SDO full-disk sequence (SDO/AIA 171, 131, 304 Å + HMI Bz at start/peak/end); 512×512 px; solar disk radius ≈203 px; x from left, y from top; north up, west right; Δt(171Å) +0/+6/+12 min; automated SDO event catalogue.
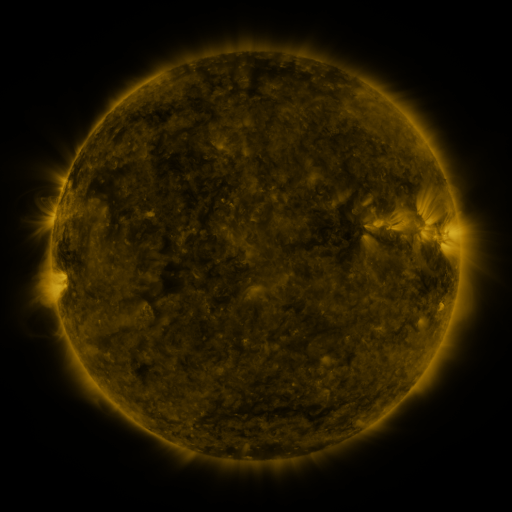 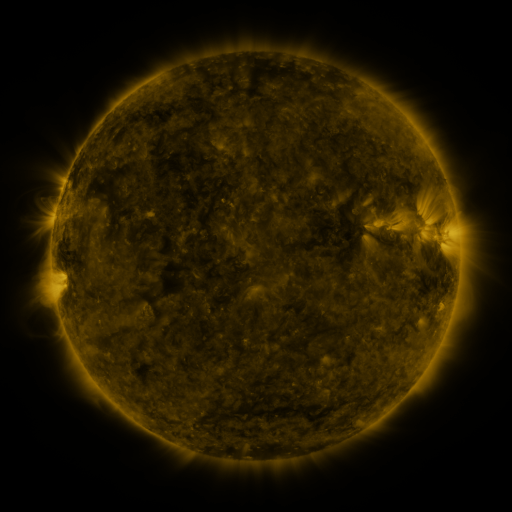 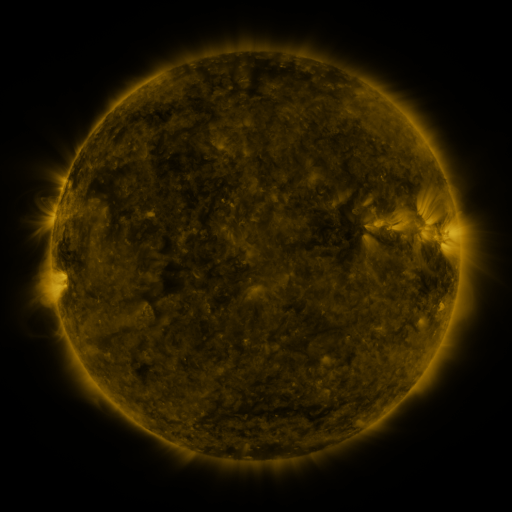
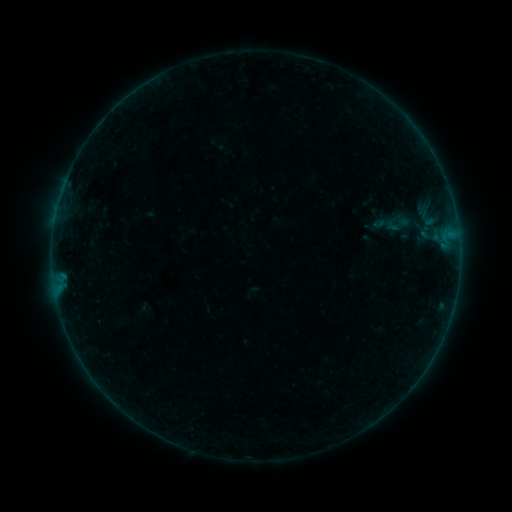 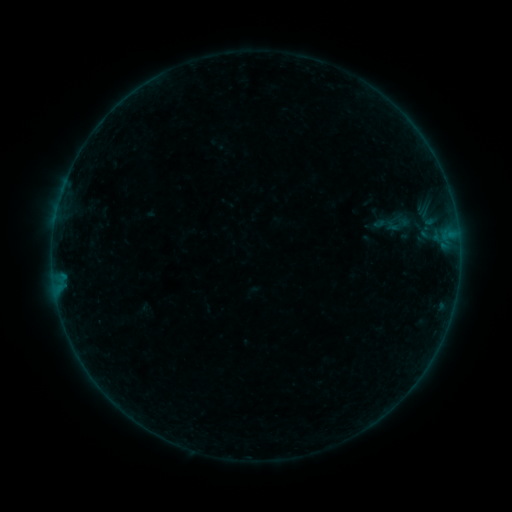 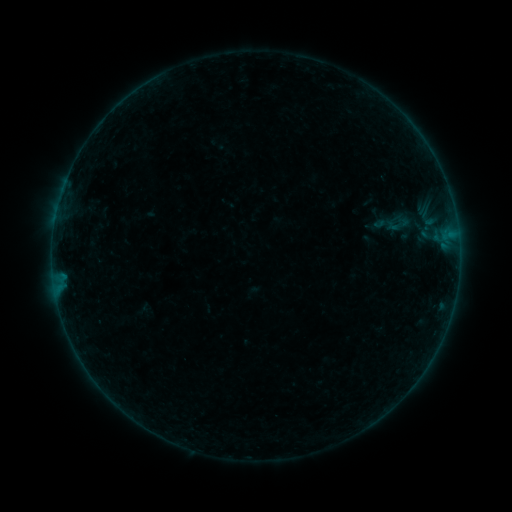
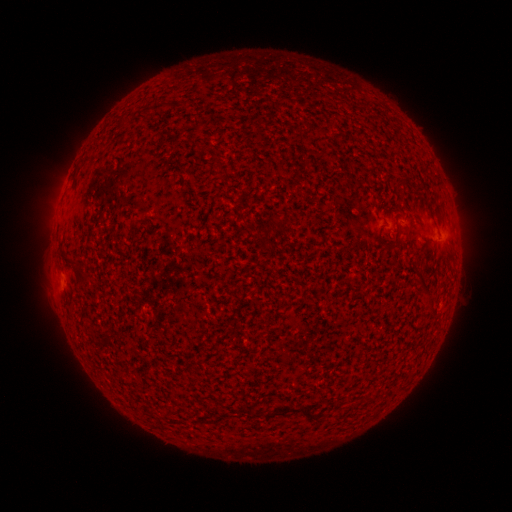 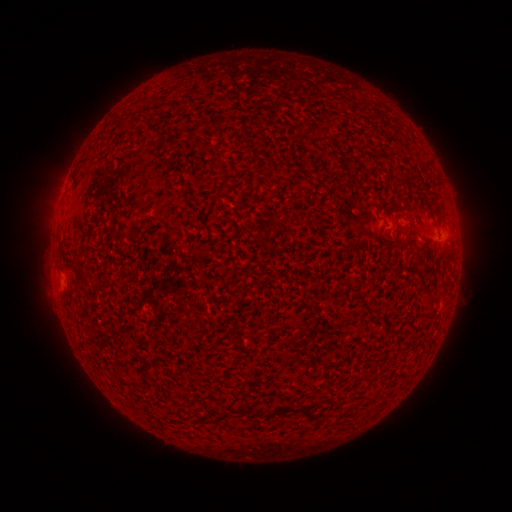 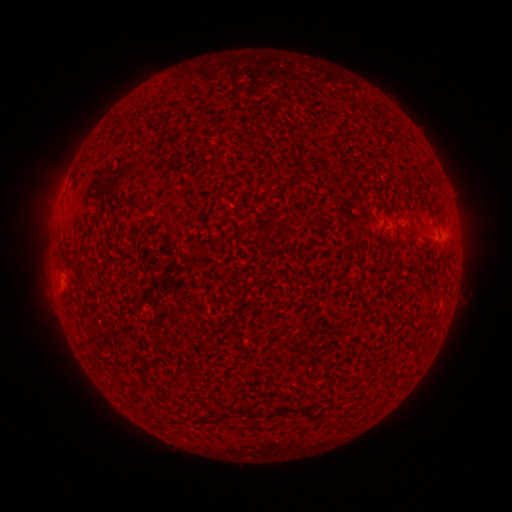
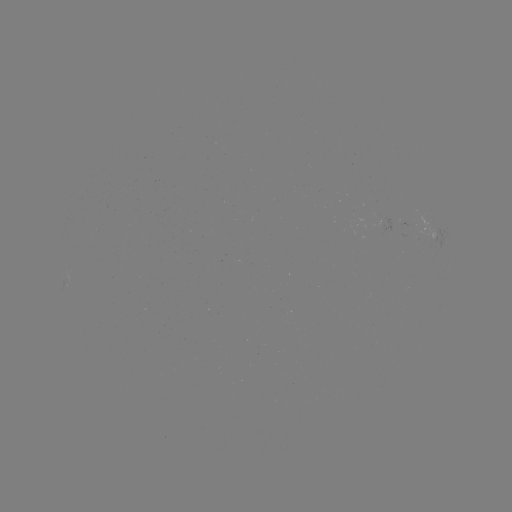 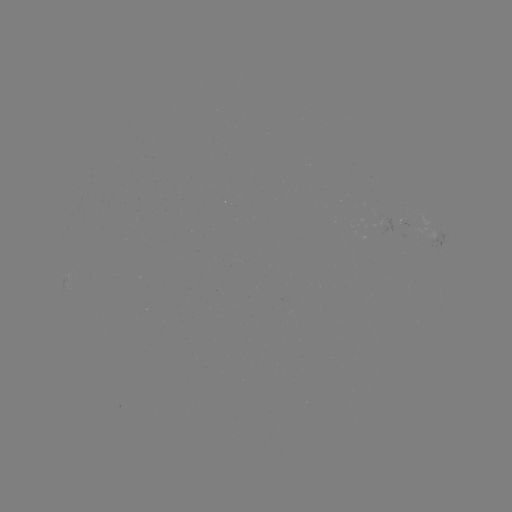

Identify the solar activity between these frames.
no catalogued flare and no flagged EUV brightening in this window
